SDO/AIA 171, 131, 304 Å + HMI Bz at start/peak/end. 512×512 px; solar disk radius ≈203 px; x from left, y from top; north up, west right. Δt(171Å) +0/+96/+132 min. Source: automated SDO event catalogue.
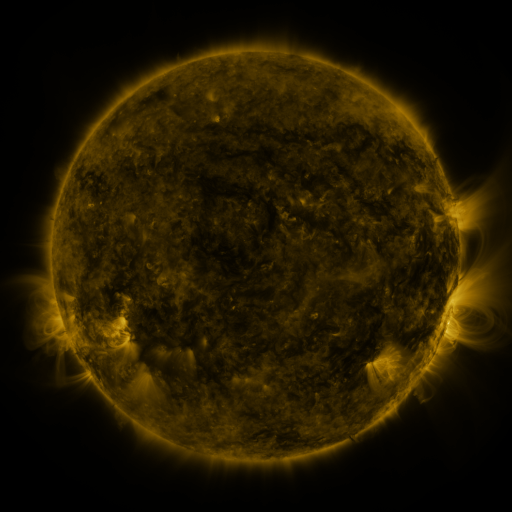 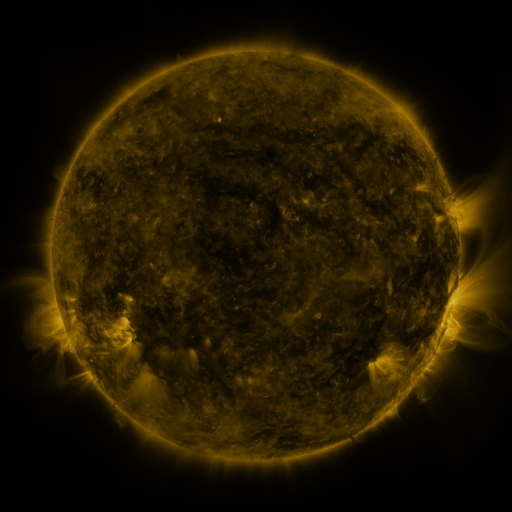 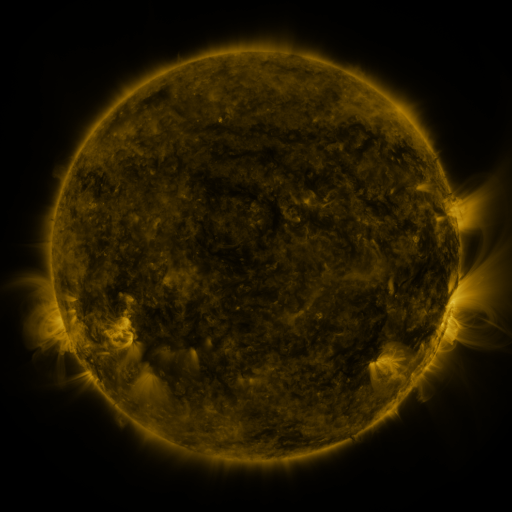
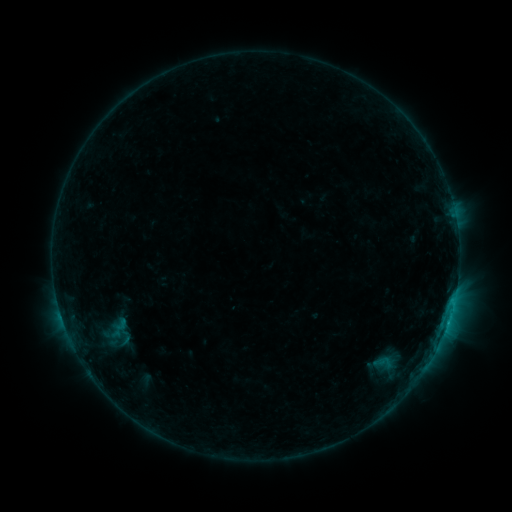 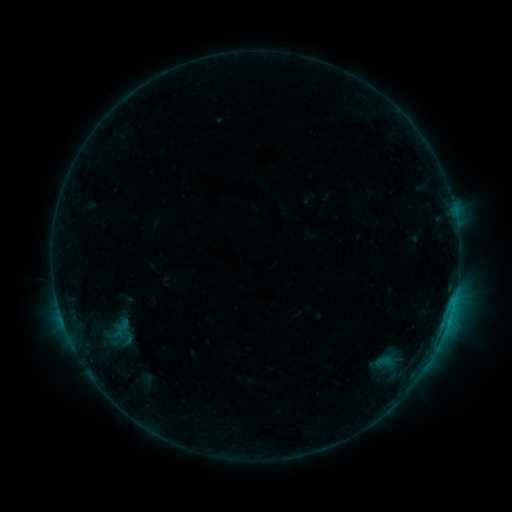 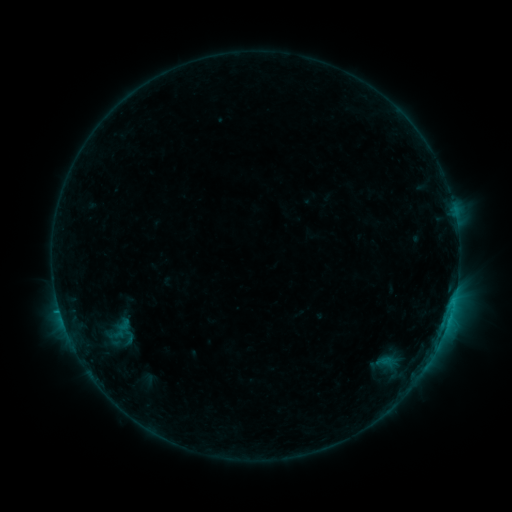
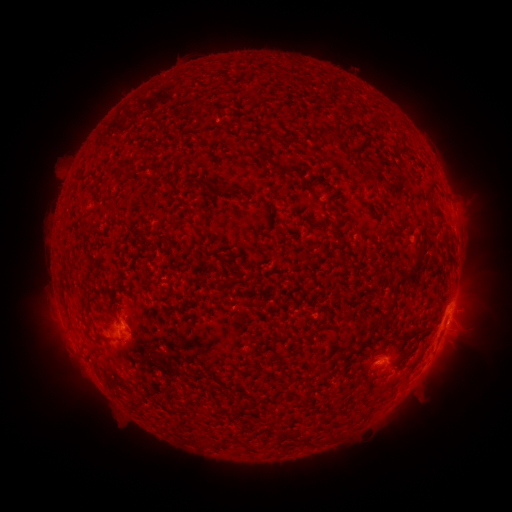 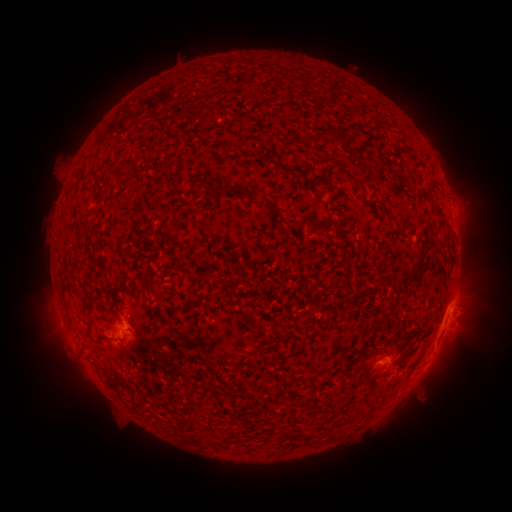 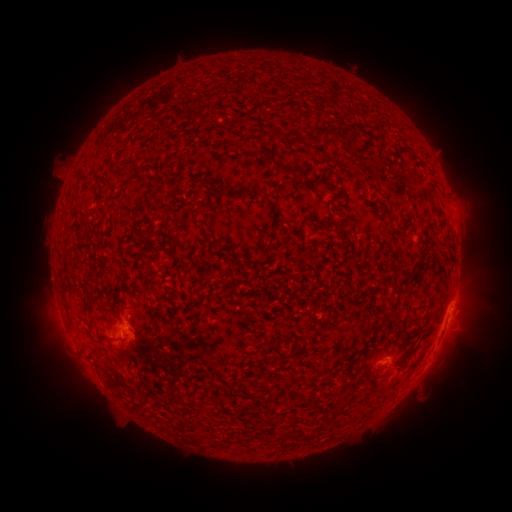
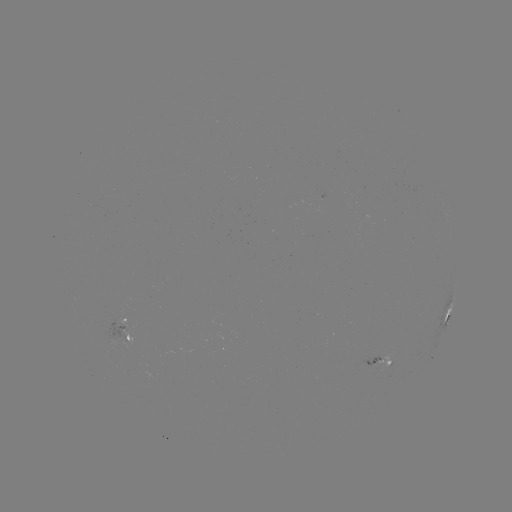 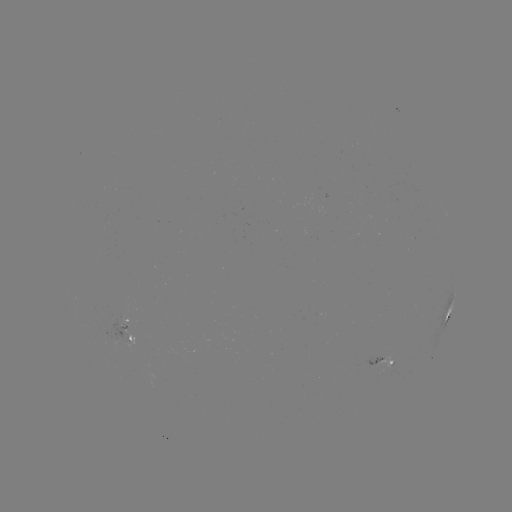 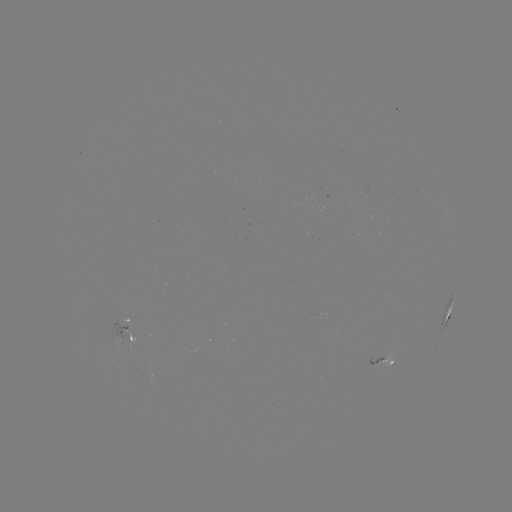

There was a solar emerging-flux region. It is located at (381, 363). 